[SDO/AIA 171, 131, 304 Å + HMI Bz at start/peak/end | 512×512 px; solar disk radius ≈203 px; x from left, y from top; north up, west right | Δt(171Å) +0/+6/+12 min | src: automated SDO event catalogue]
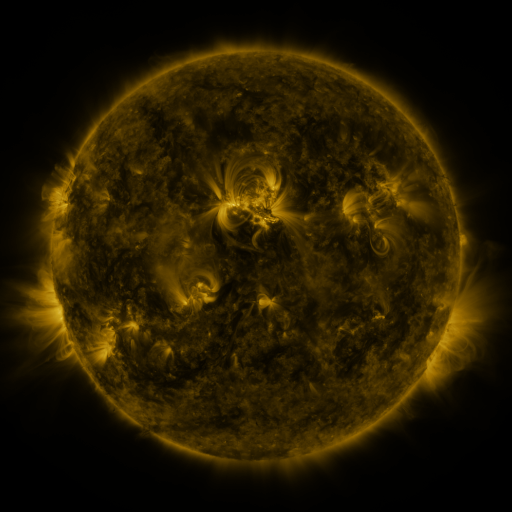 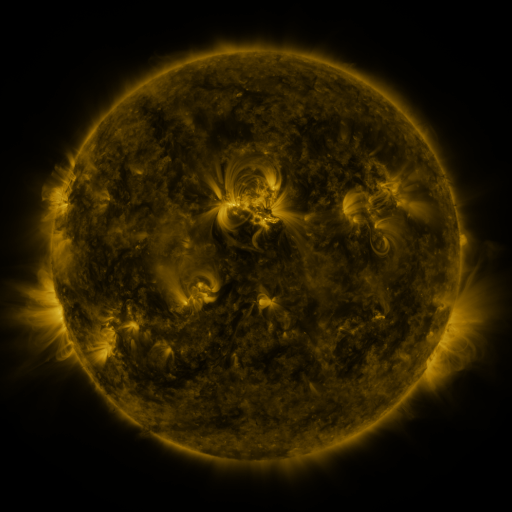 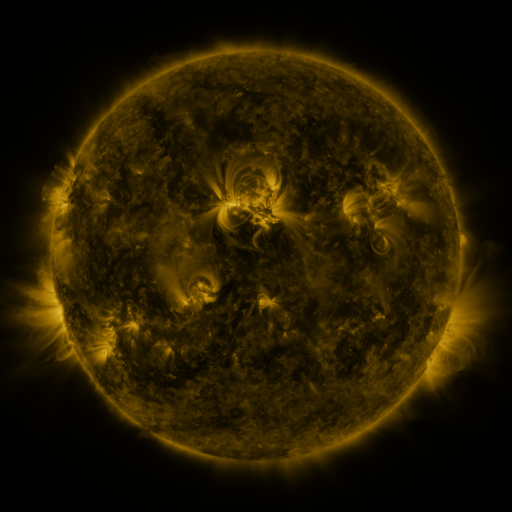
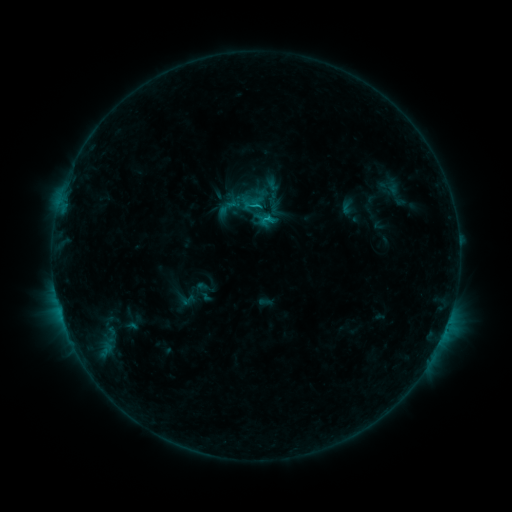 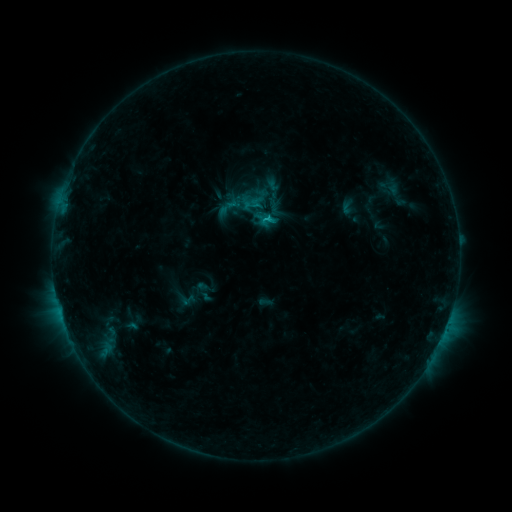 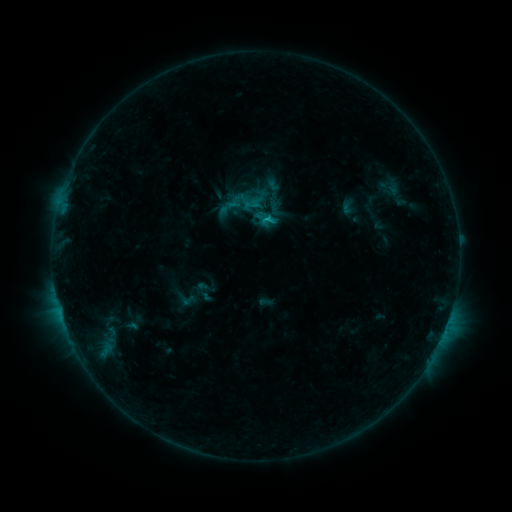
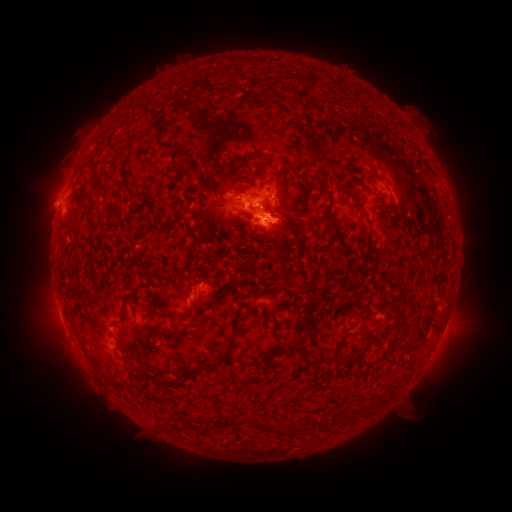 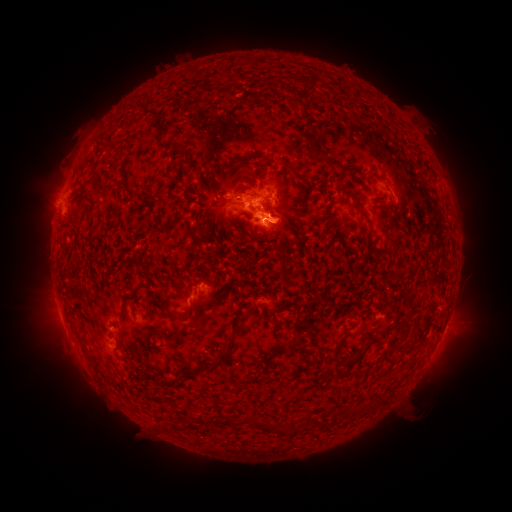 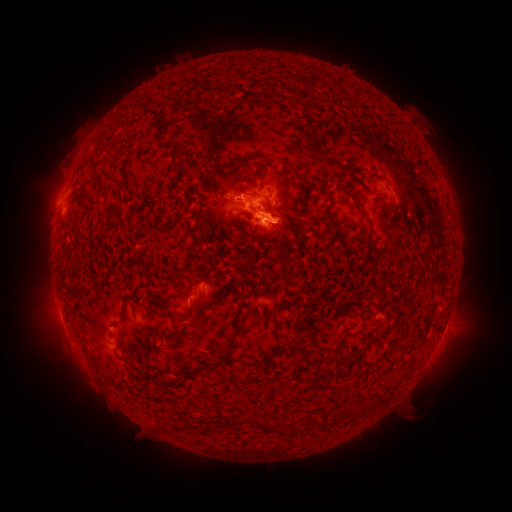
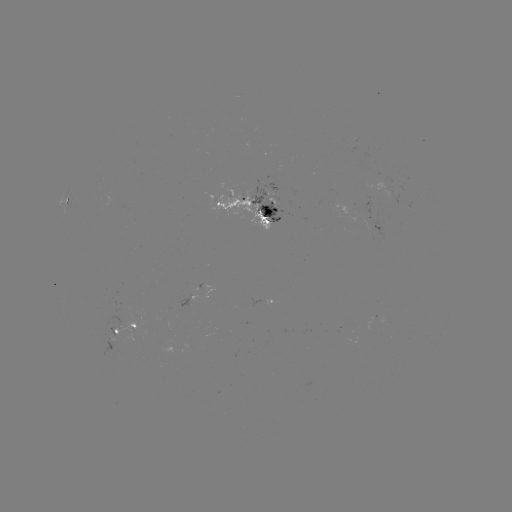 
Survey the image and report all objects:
C1.3 flare: (266, 220)
